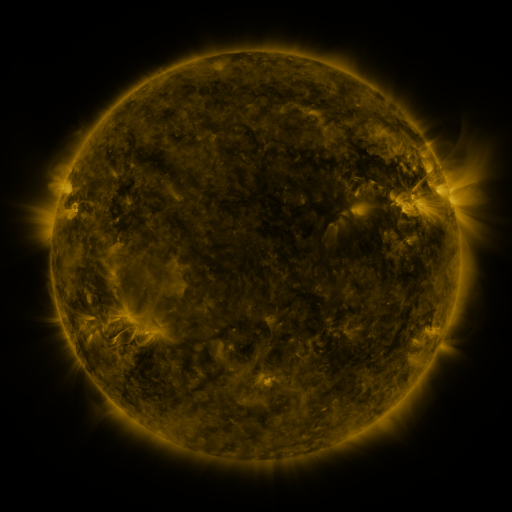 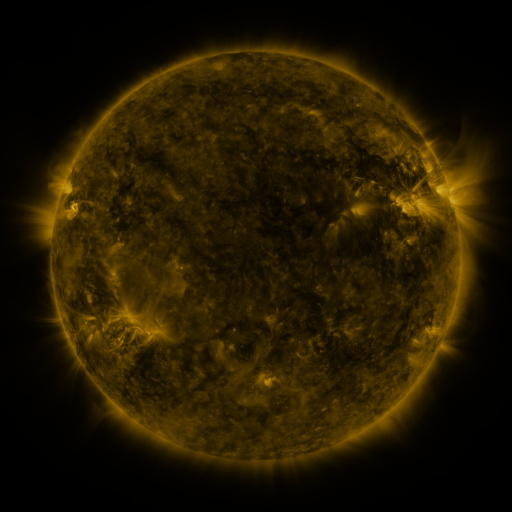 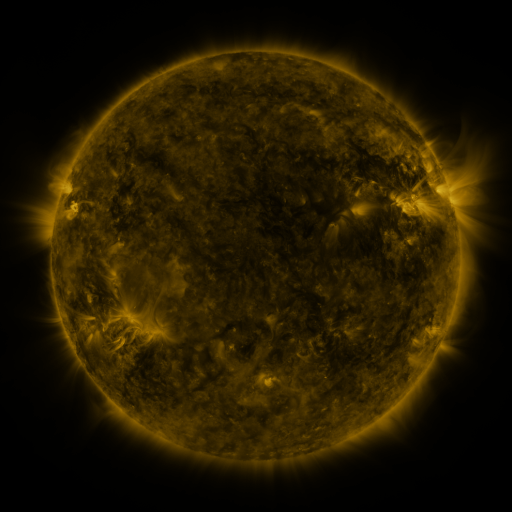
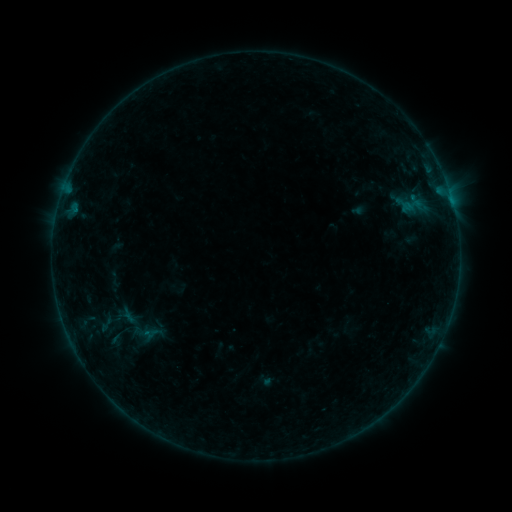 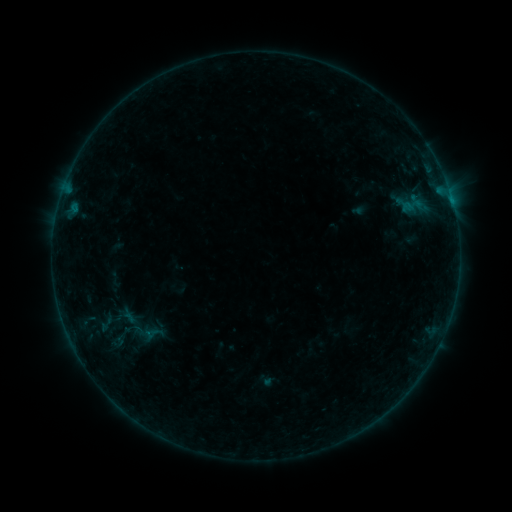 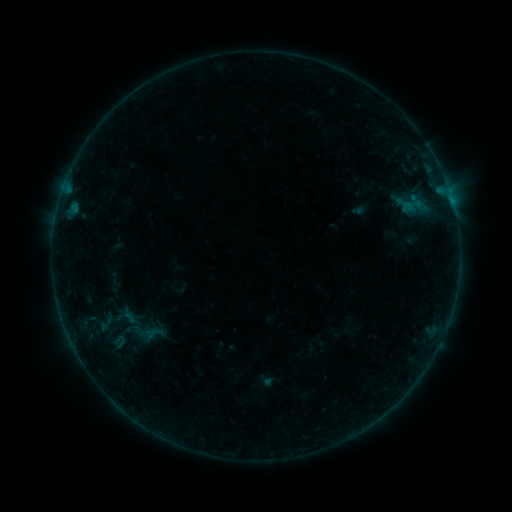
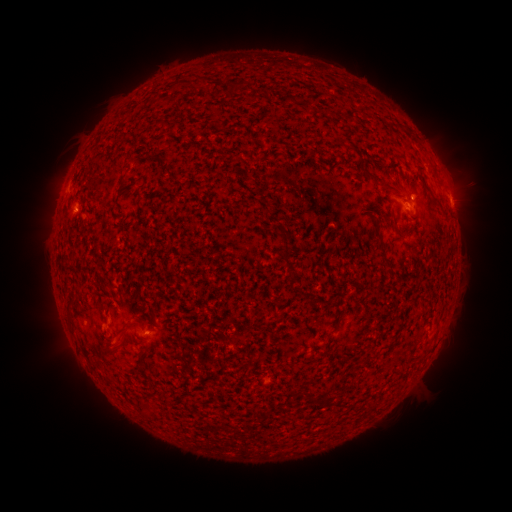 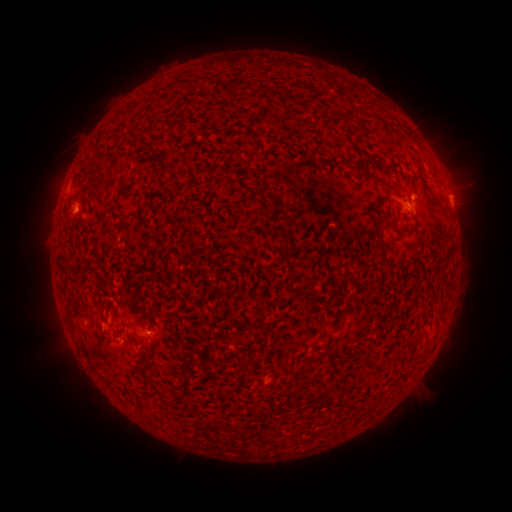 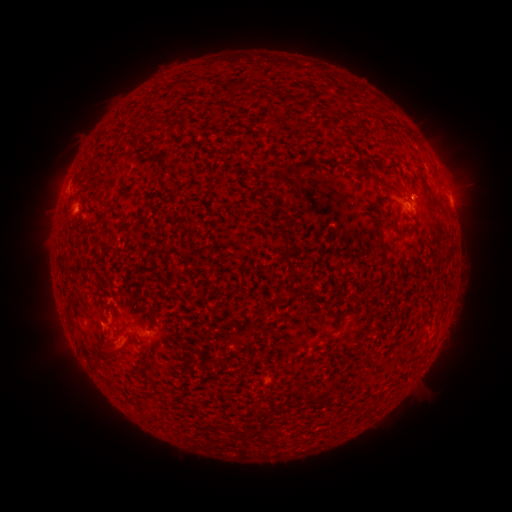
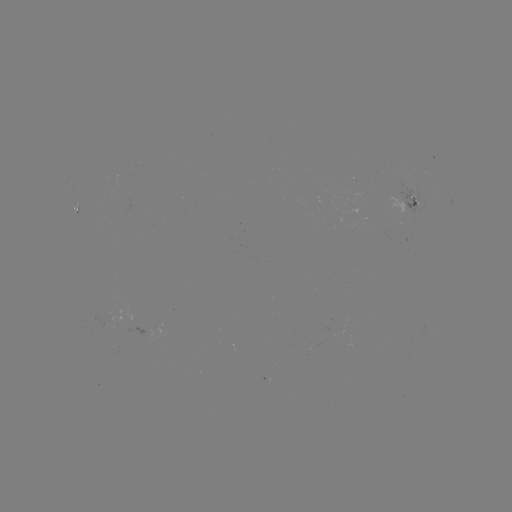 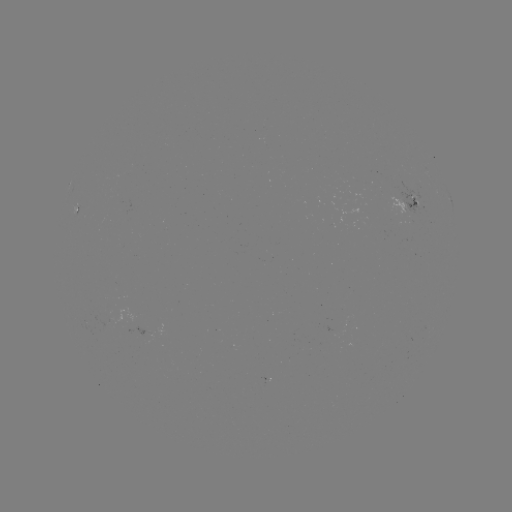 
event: eruption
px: (111, 350)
